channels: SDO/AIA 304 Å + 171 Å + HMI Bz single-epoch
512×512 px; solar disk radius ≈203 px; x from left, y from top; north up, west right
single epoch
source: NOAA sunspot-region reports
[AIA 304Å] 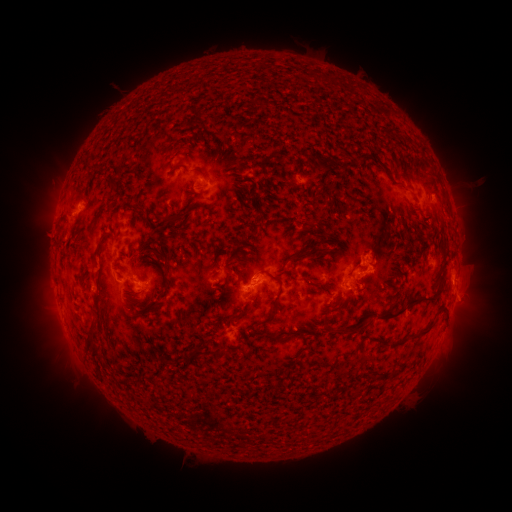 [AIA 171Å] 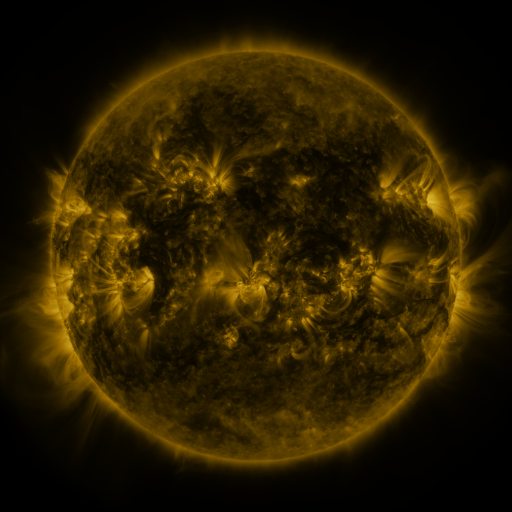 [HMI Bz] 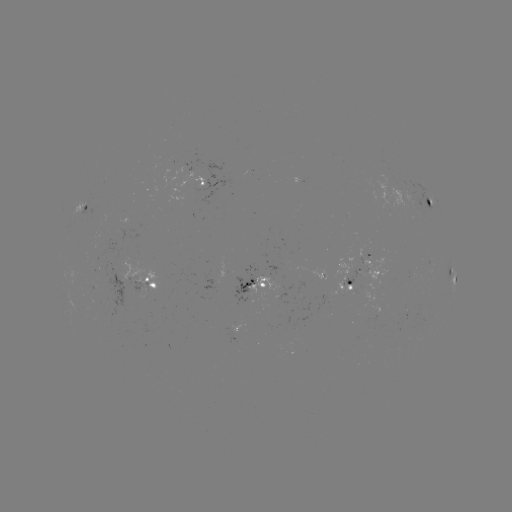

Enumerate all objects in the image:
spotted active region: (201, 187)
spotted active region: (428, 201)
spotted active region: (85, 211)
spotted active region: (356, 273)
spotted active region: (452, 275)
spotted active region: (256, 284)
spotted active region: (142, 285)
spotted active region: (348, 287)
spotted active region: (237, 332)
